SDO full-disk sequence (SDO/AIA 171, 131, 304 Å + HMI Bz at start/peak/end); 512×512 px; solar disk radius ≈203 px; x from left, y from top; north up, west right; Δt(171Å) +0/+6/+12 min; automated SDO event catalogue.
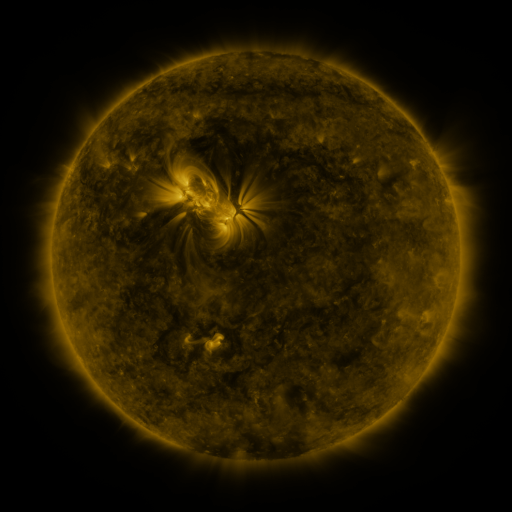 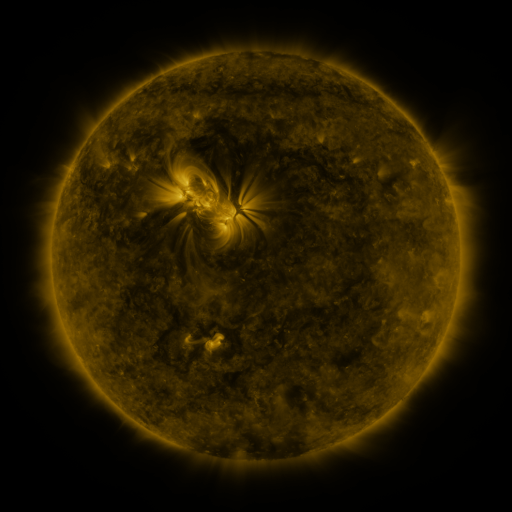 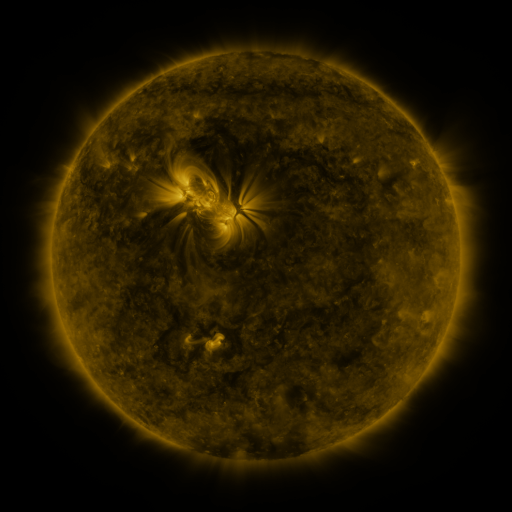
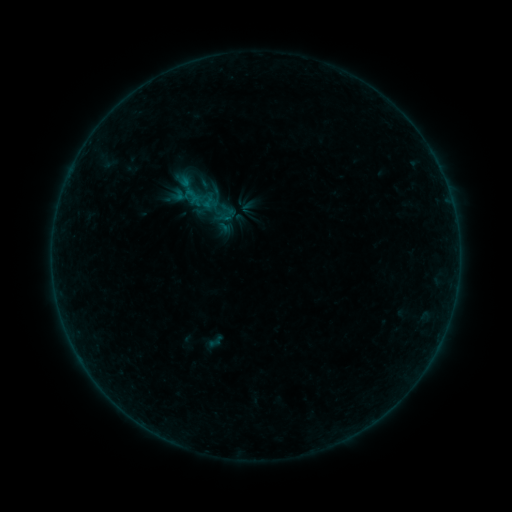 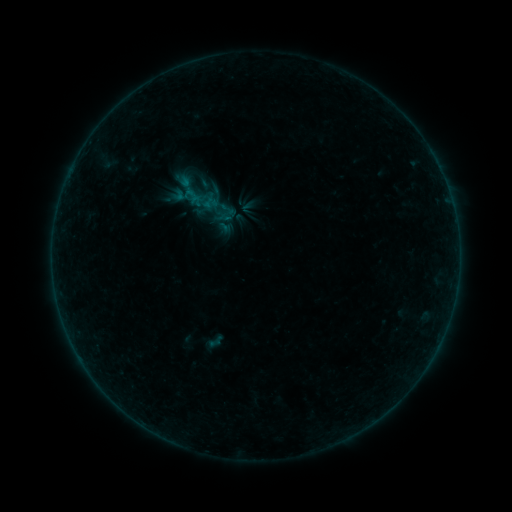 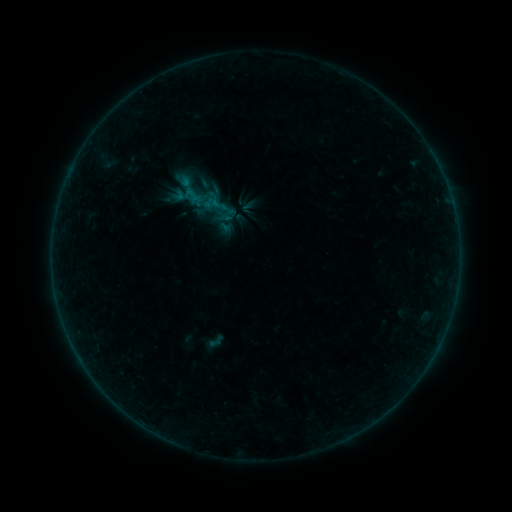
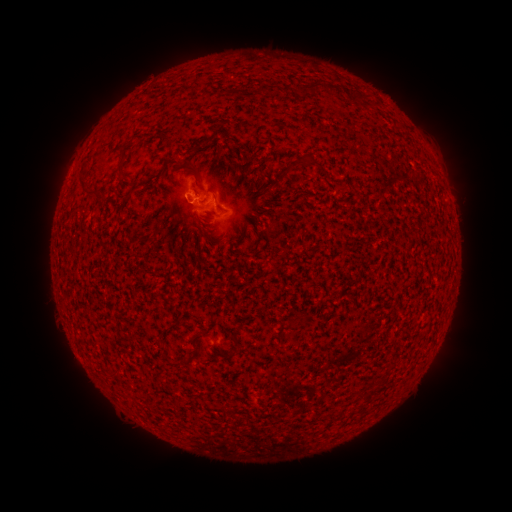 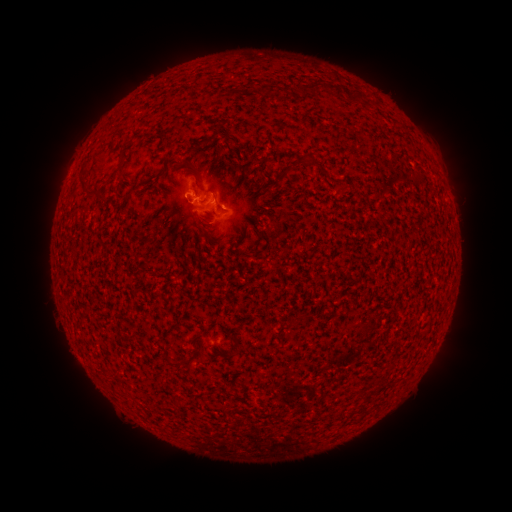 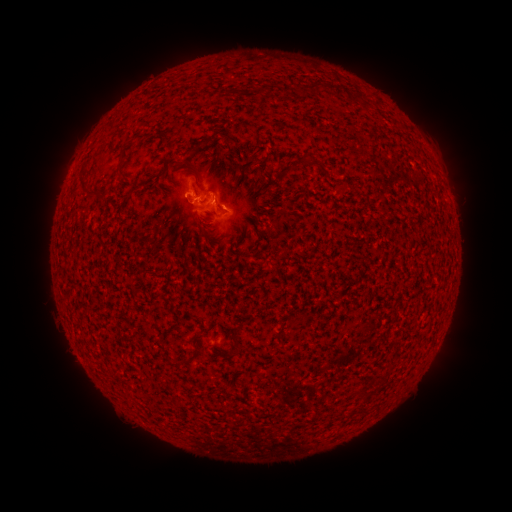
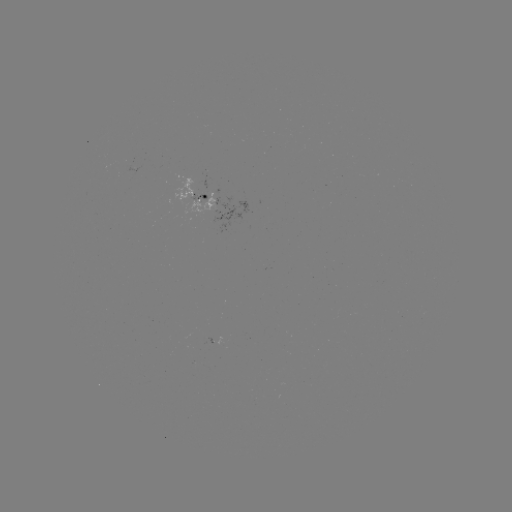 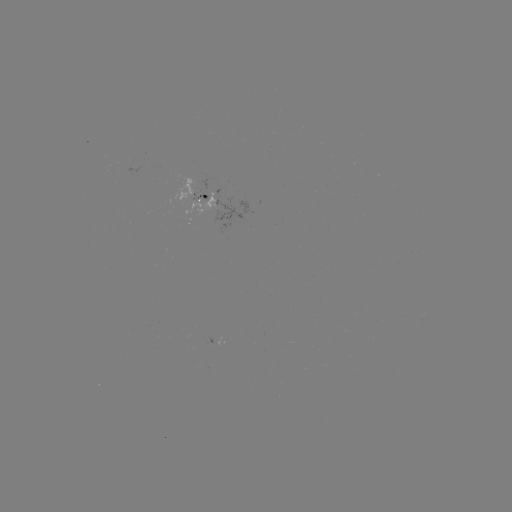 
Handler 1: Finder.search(B2.4 flare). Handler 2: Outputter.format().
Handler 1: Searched B2.4 flare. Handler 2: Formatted [193, 196].